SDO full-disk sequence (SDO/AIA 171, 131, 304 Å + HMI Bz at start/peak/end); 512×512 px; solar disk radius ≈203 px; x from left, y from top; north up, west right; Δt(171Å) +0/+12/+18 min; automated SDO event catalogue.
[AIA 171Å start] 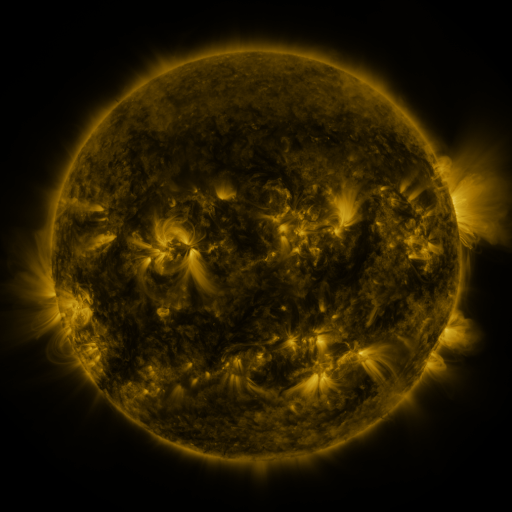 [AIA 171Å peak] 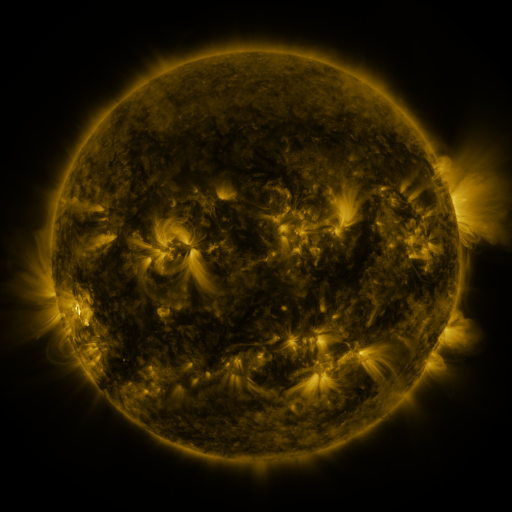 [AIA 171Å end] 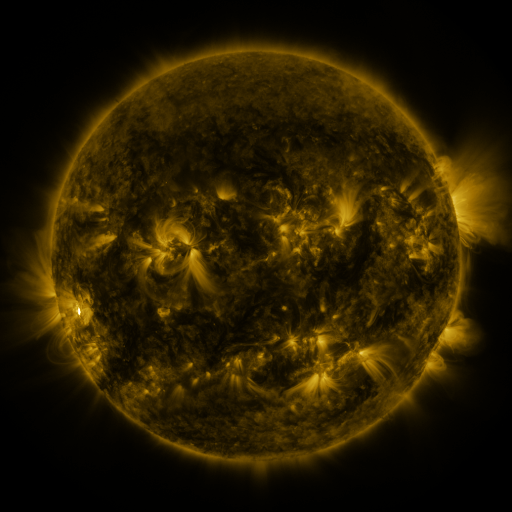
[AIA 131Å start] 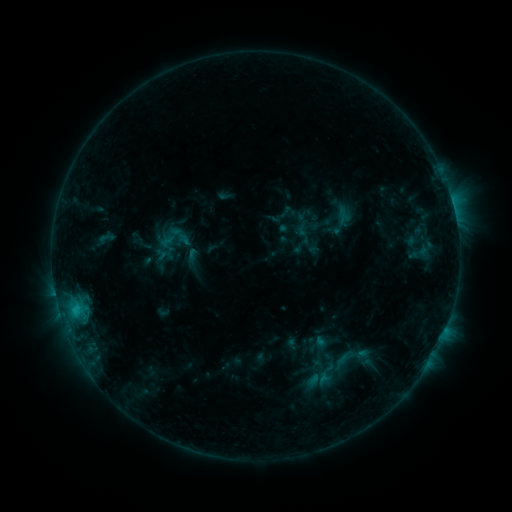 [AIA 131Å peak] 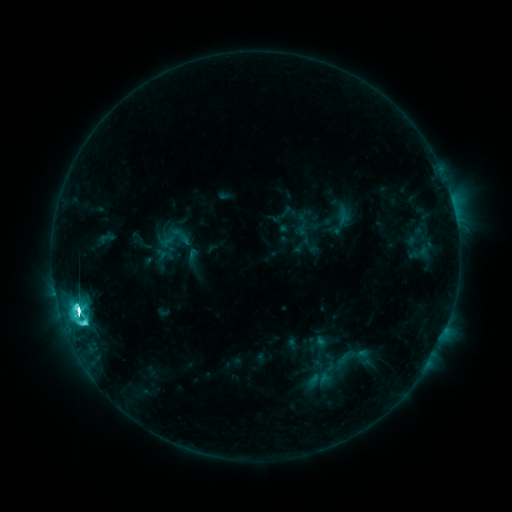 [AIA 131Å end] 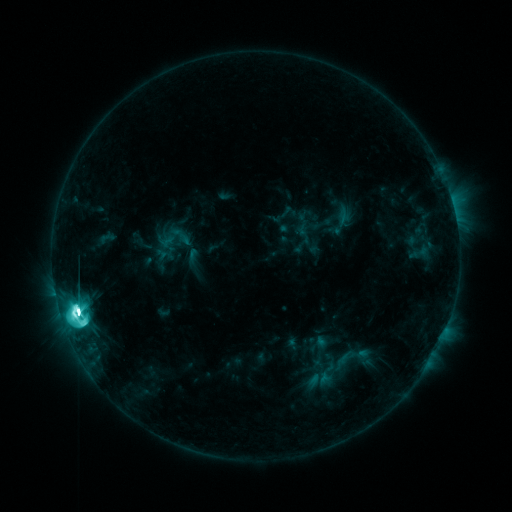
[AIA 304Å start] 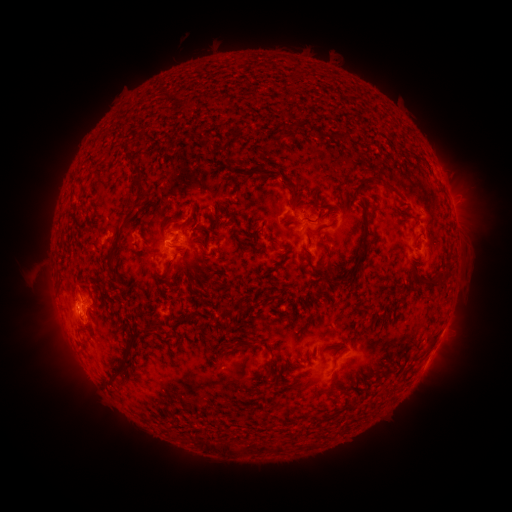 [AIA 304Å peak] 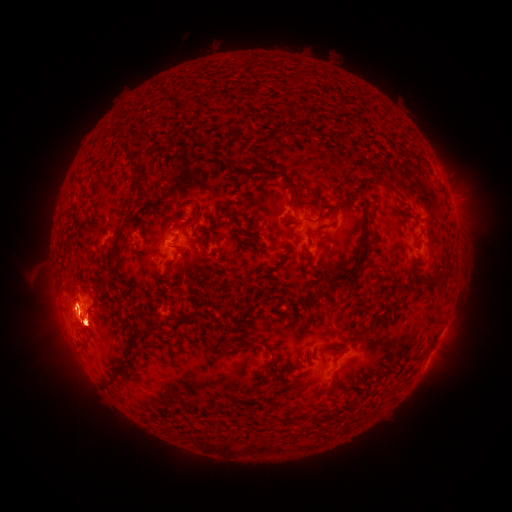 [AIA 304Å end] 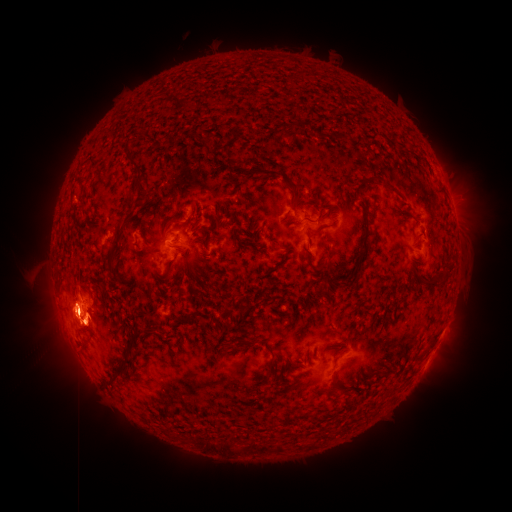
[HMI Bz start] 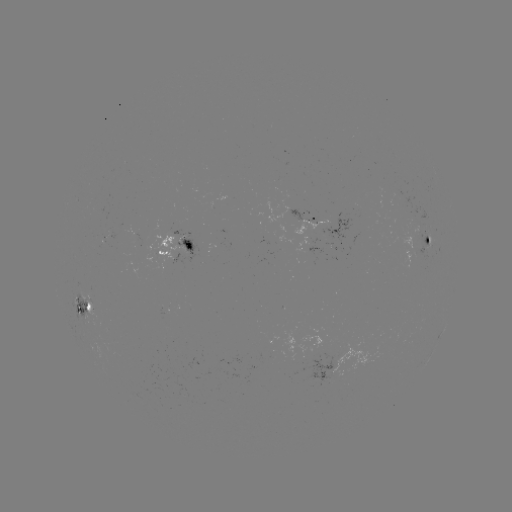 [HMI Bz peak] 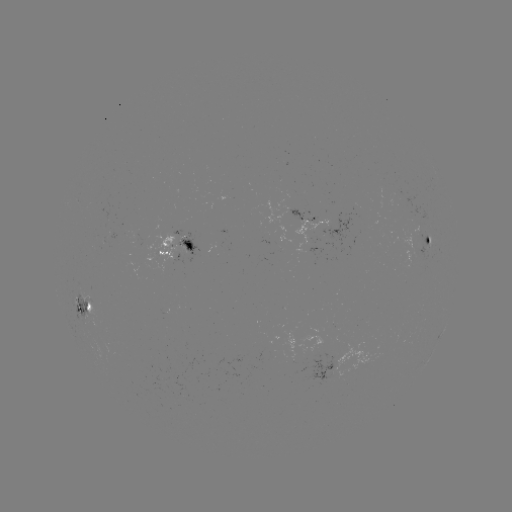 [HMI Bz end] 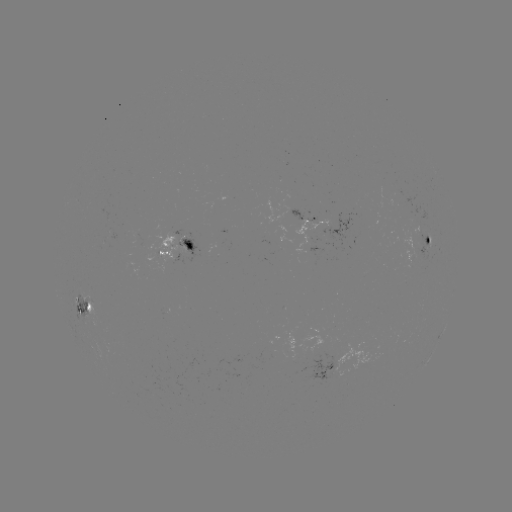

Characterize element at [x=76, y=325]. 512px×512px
eruption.